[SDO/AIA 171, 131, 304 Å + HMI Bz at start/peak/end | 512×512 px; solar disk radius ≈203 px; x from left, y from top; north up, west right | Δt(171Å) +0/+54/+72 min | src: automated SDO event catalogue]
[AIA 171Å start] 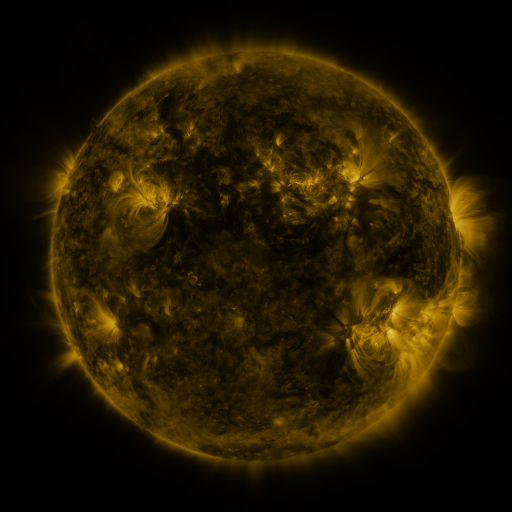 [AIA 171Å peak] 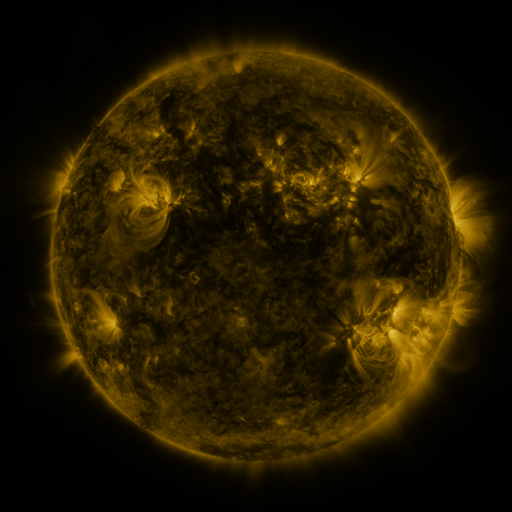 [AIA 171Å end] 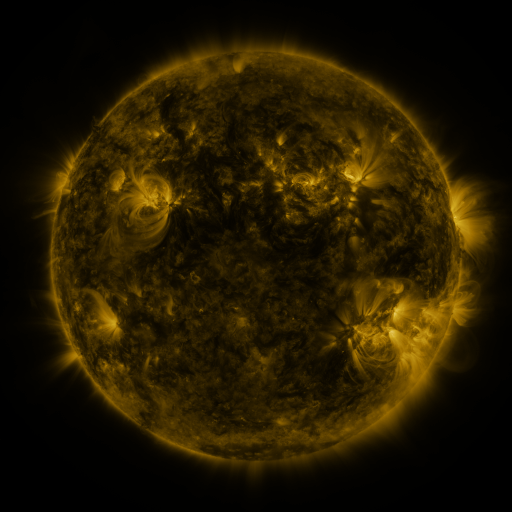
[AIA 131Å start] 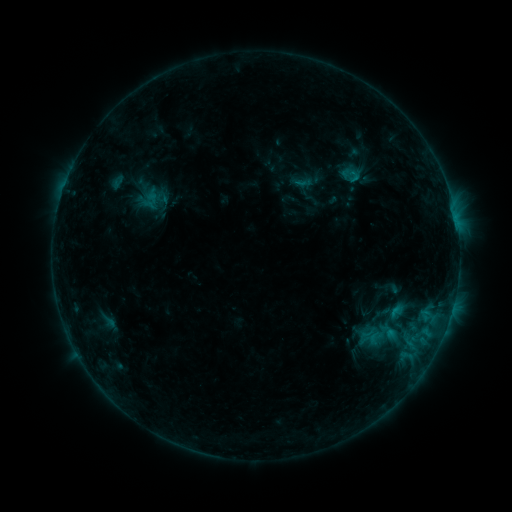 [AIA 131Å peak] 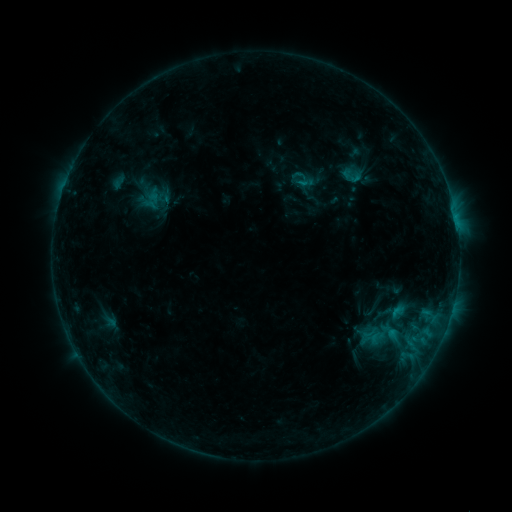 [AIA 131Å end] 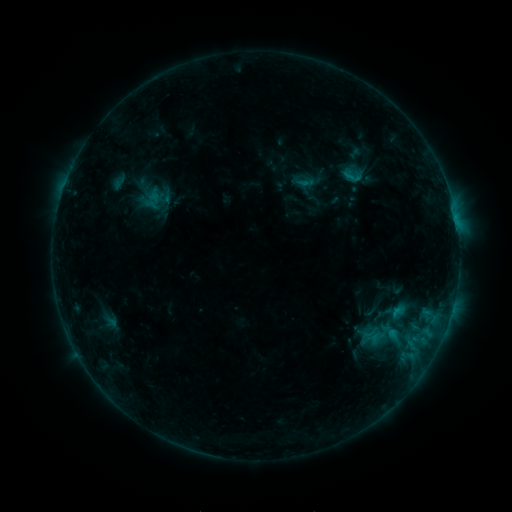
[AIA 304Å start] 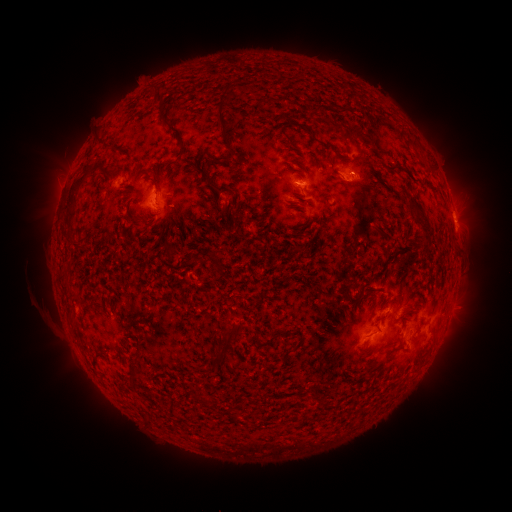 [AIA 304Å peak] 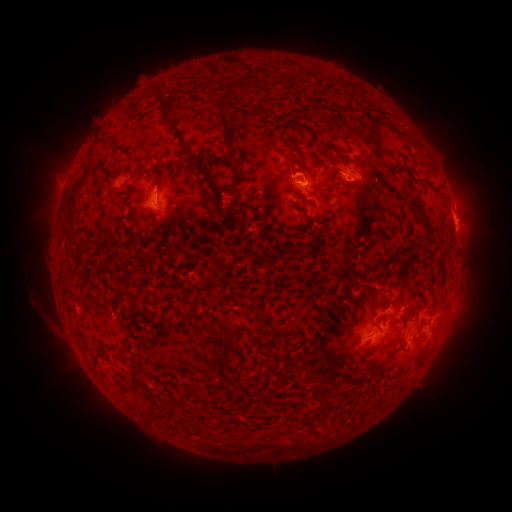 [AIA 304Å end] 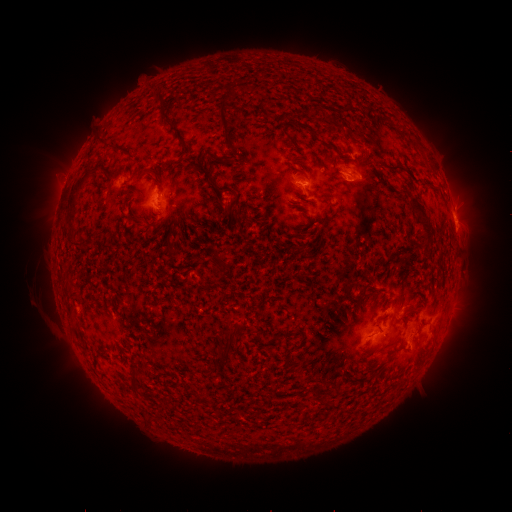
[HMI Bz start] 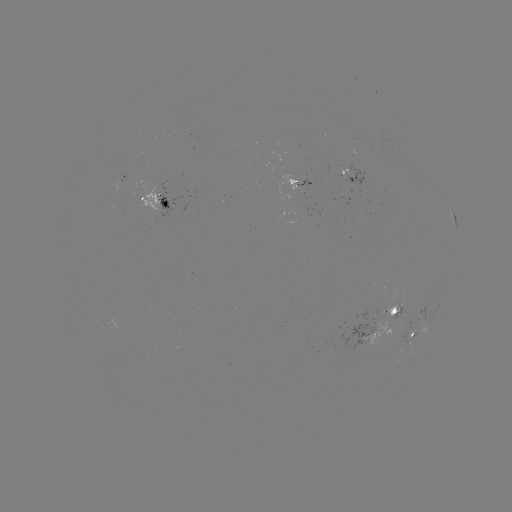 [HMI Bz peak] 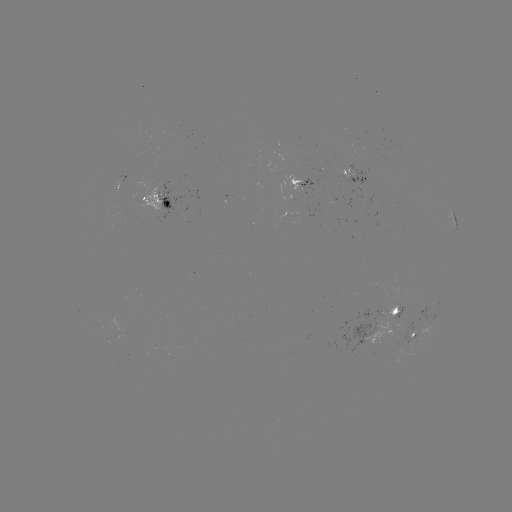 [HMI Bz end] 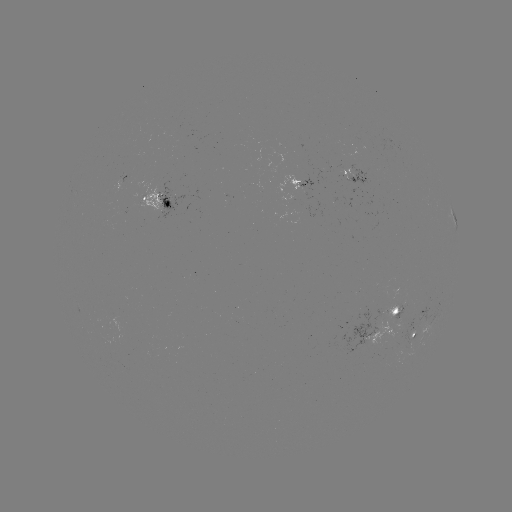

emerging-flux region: [275, 176, 314, 201]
